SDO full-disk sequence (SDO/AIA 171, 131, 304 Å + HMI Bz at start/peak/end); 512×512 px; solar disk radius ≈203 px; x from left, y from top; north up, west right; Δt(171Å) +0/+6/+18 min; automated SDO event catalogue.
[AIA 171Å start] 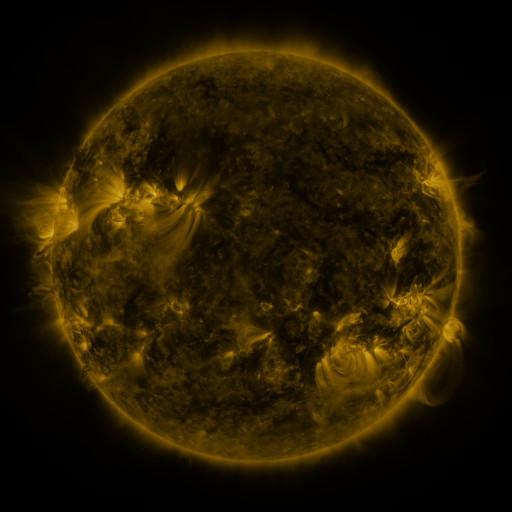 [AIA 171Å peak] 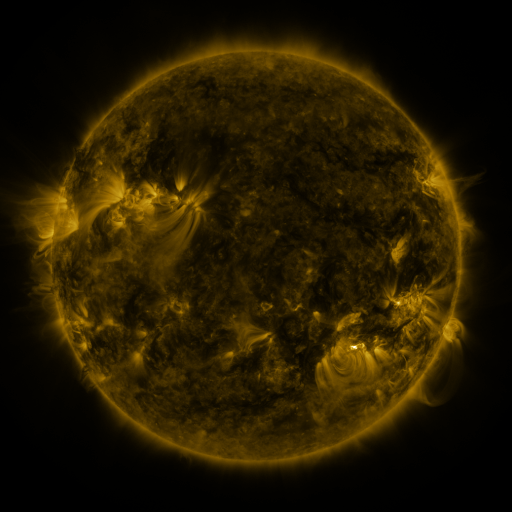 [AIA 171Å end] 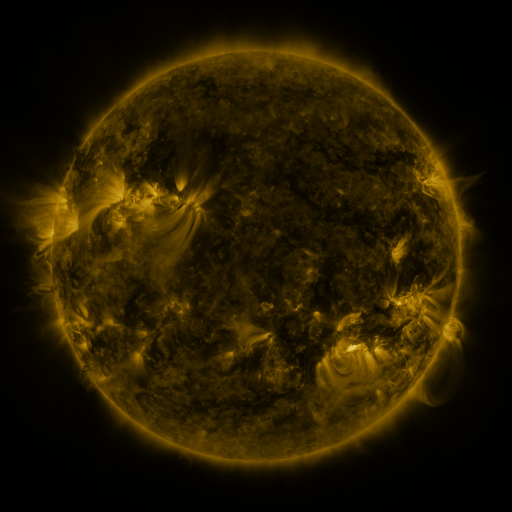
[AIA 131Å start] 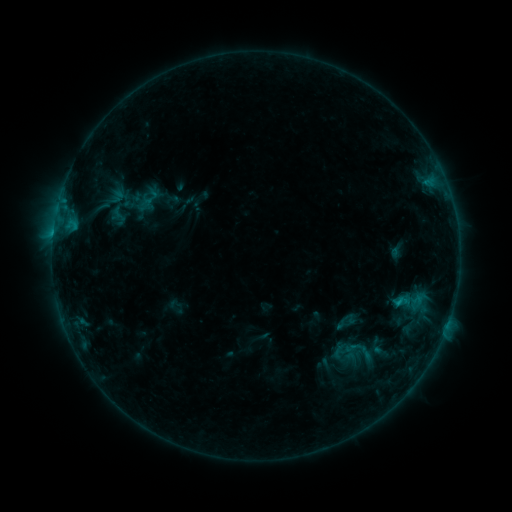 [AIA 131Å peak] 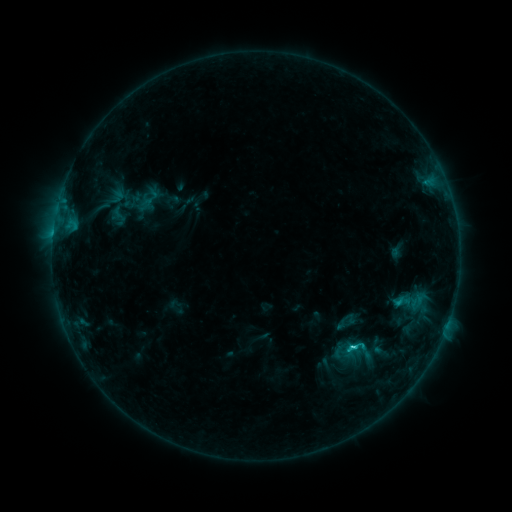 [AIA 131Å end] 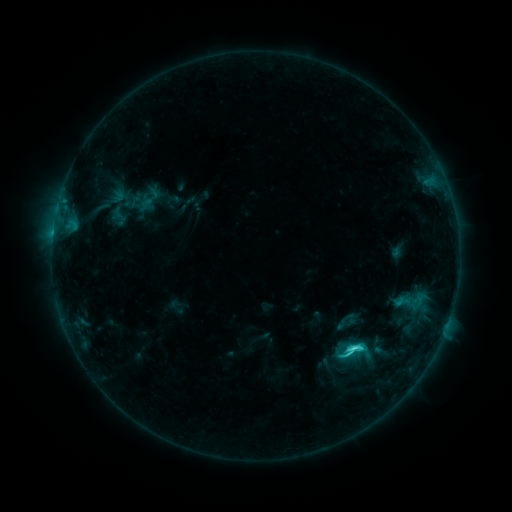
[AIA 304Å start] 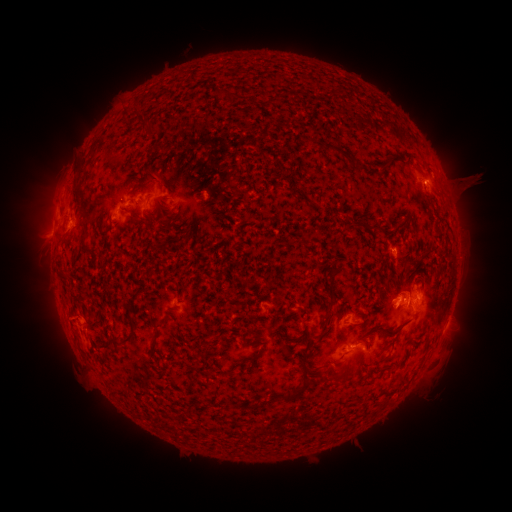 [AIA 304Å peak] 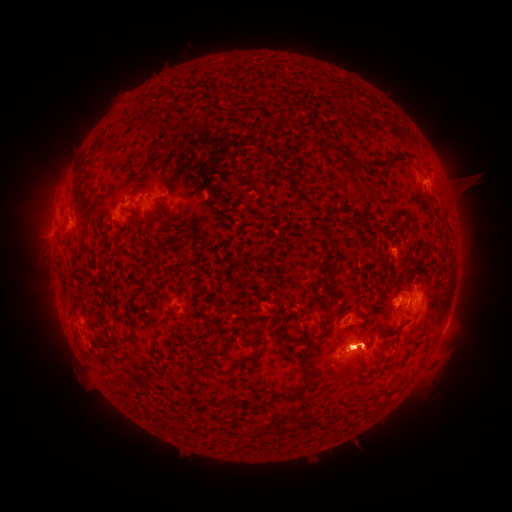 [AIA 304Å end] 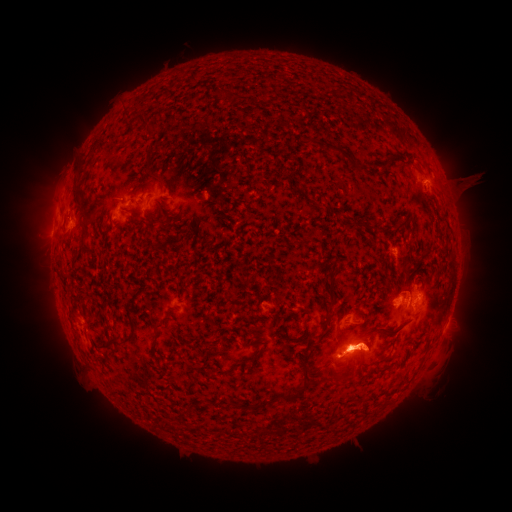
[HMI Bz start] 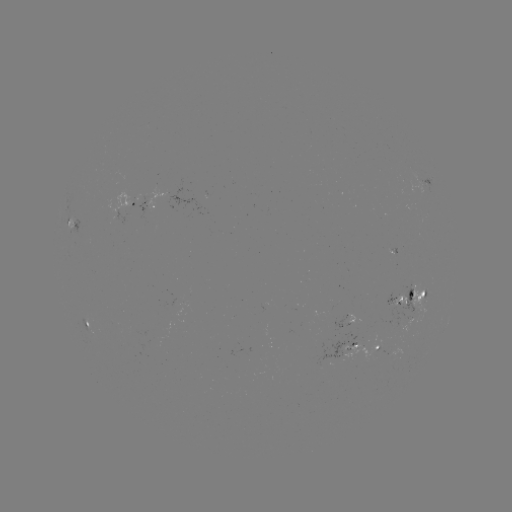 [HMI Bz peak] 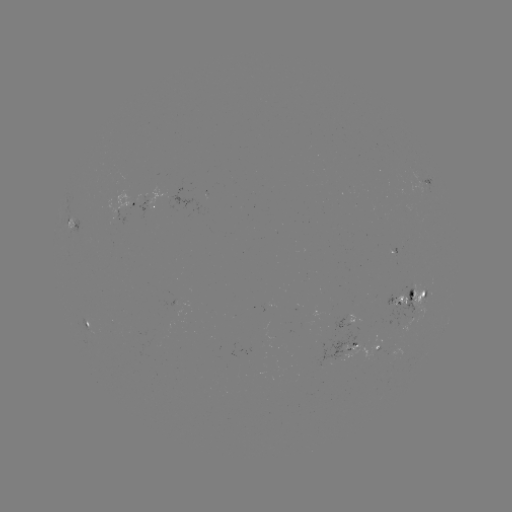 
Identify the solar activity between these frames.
C8.9 flare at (351, 345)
